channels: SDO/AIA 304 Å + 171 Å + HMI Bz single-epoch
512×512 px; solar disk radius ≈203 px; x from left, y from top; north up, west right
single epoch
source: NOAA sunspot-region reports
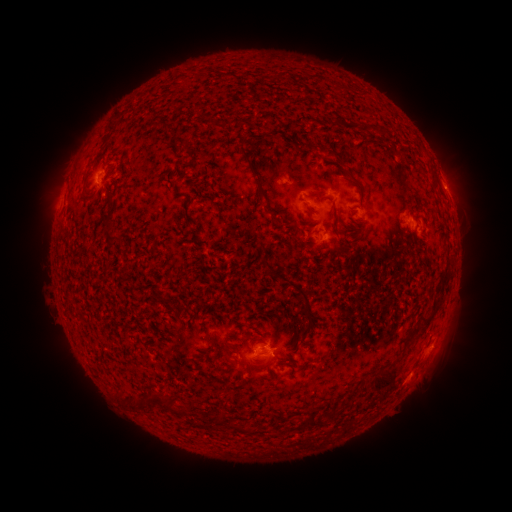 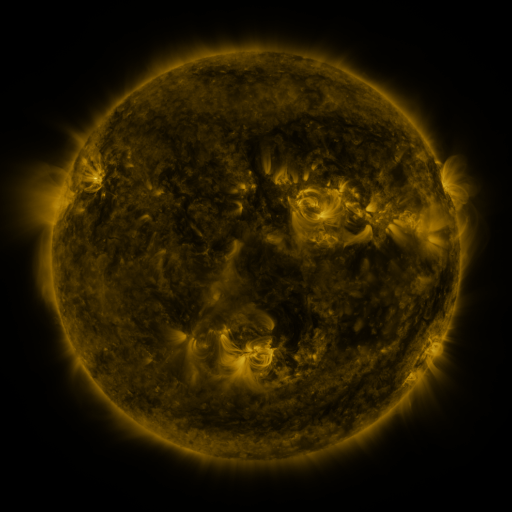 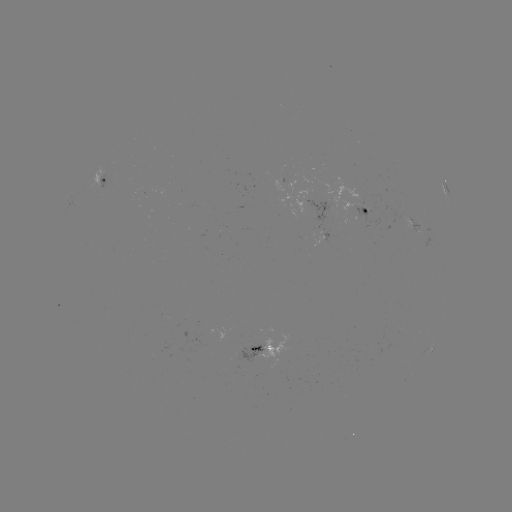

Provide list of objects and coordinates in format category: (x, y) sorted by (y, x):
spotted active region: (102, 178)
spotted active region: (445, 188)
spotted active region: (367, 209)
spotted active region: (411, 224)
spotted active region: (328, 236)
spotted active region: (269, 347)
spotted active region: (431, 349)
